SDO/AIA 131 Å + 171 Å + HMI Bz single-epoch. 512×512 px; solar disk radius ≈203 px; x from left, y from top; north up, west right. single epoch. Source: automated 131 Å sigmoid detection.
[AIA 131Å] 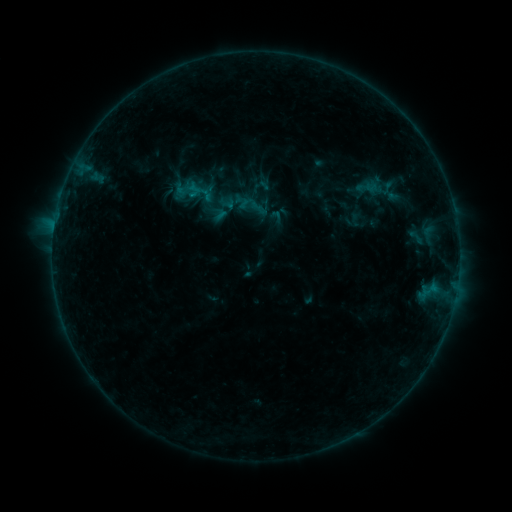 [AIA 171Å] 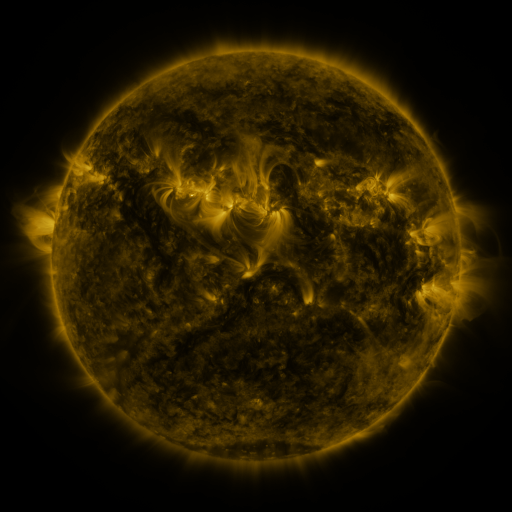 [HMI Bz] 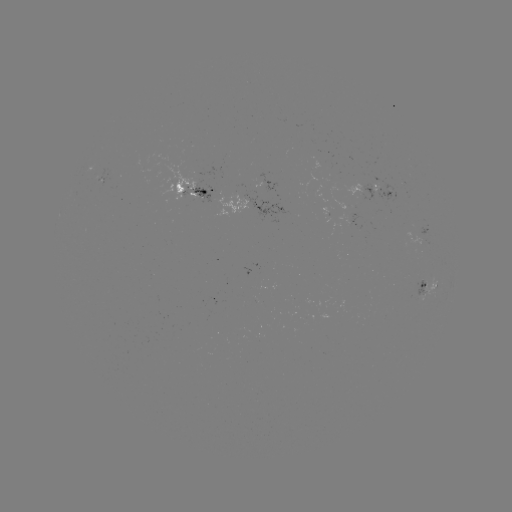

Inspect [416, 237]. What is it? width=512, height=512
sigmoid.